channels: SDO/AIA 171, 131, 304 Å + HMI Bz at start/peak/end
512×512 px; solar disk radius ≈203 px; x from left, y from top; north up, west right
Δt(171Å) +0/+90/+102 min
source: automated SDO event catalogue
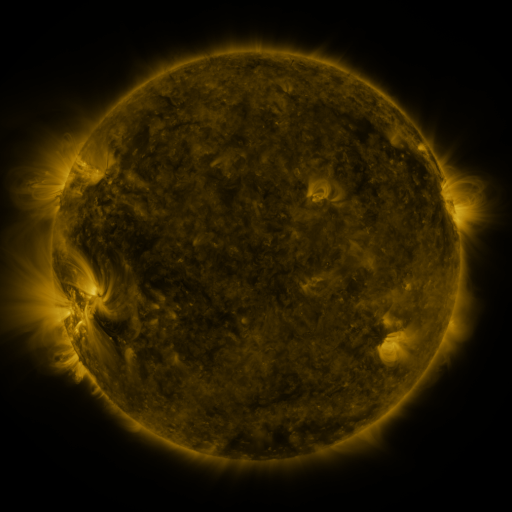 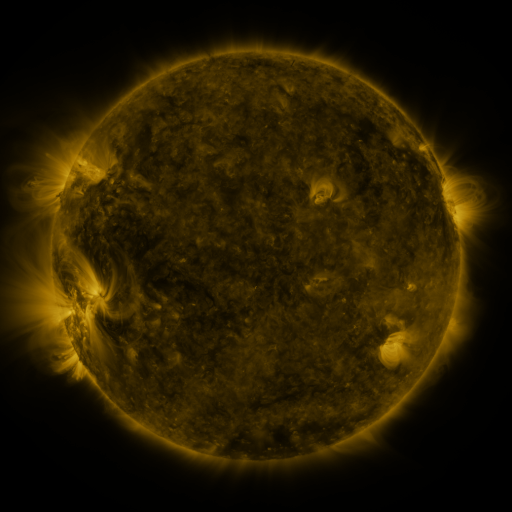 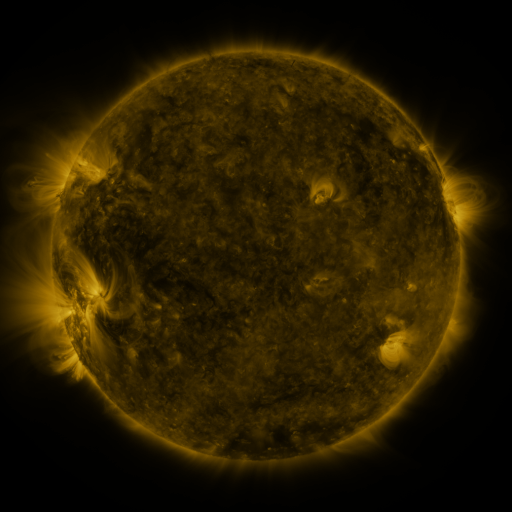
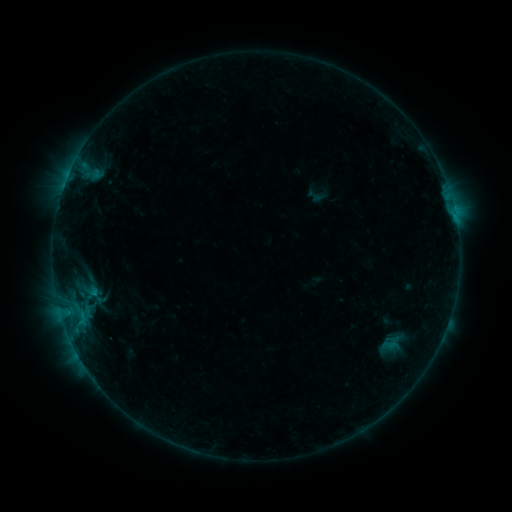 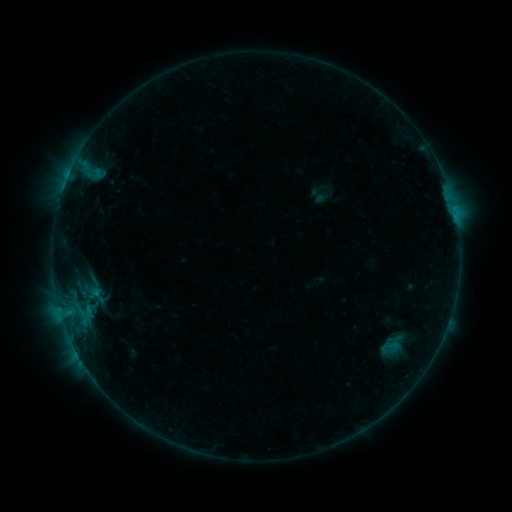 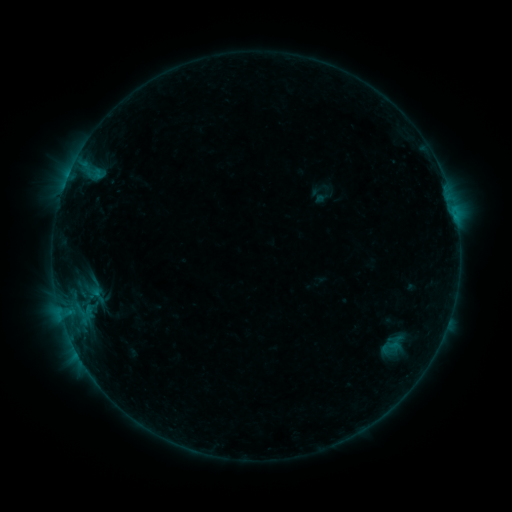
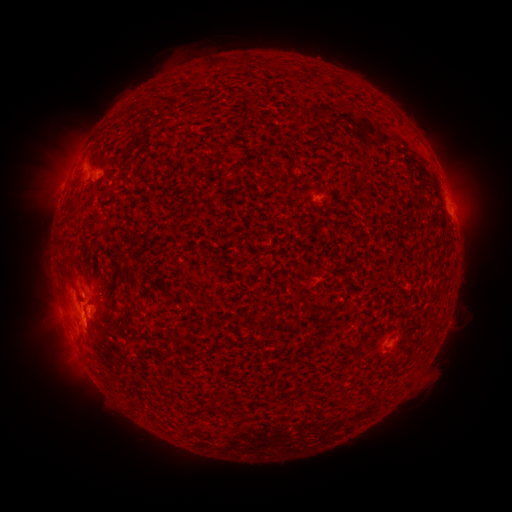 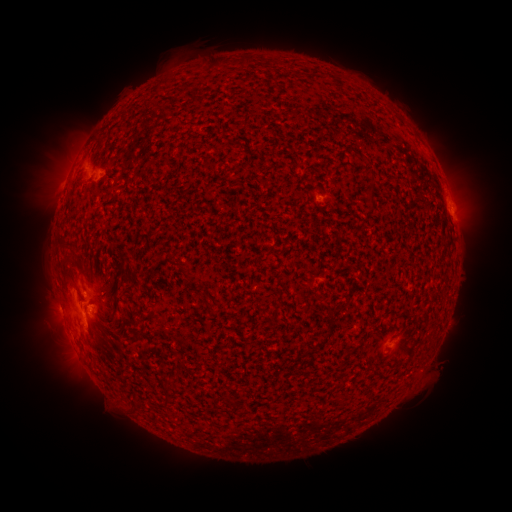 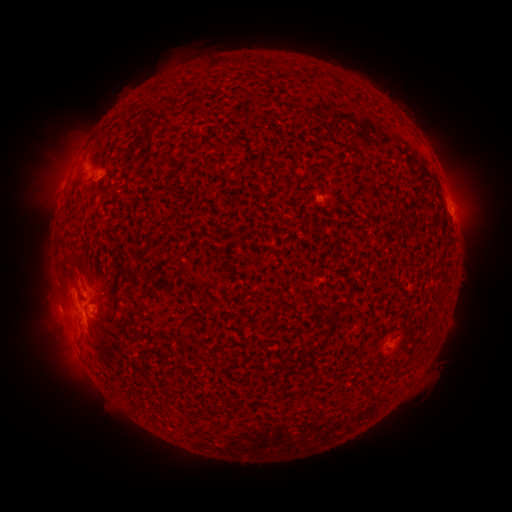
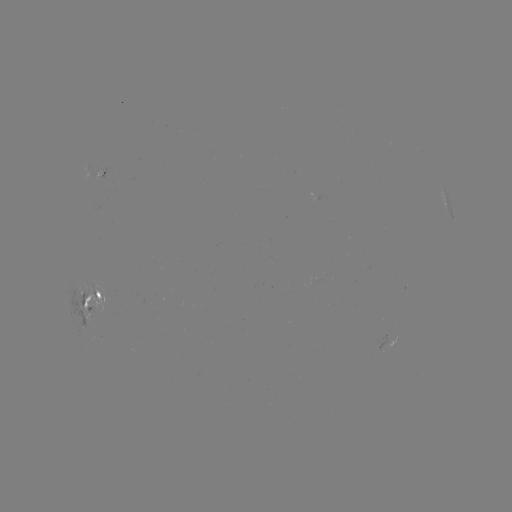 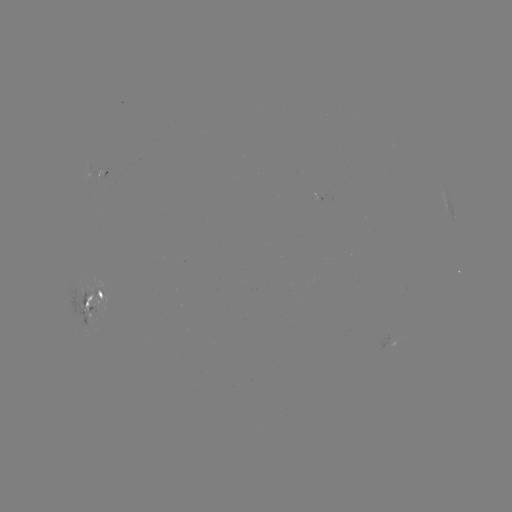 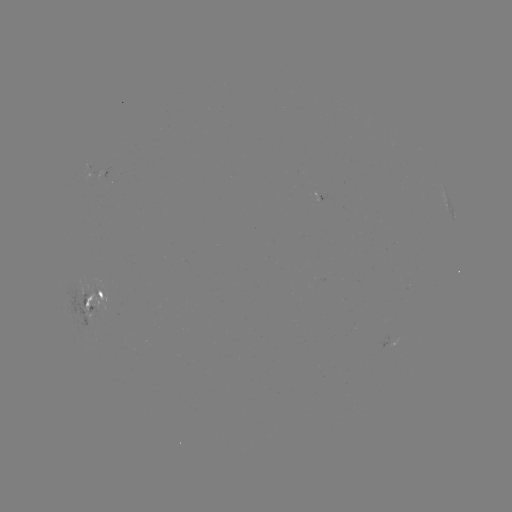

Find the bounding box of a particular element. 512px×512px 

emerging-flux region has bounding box [96, 168, 108, 180].